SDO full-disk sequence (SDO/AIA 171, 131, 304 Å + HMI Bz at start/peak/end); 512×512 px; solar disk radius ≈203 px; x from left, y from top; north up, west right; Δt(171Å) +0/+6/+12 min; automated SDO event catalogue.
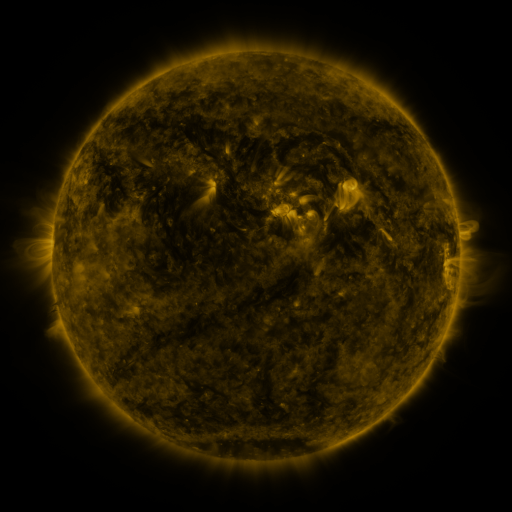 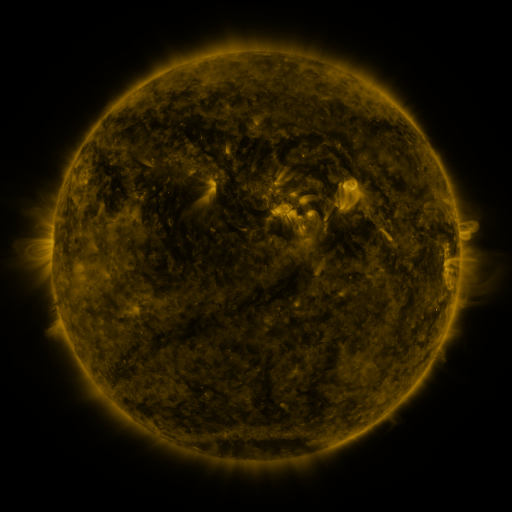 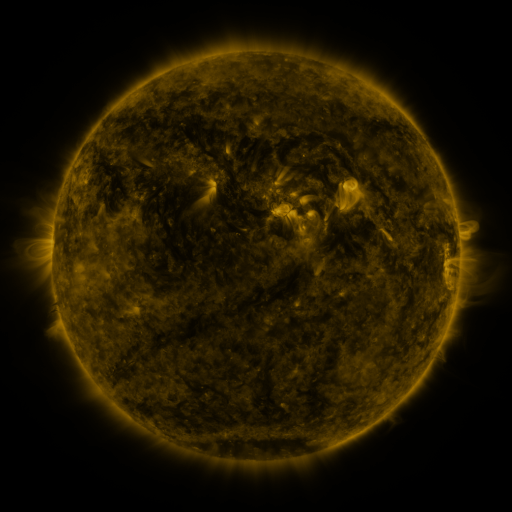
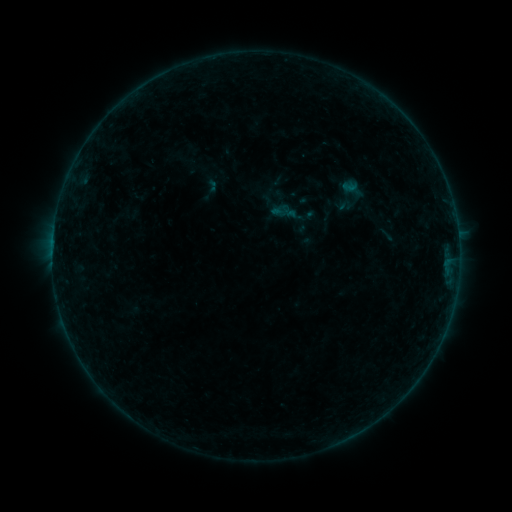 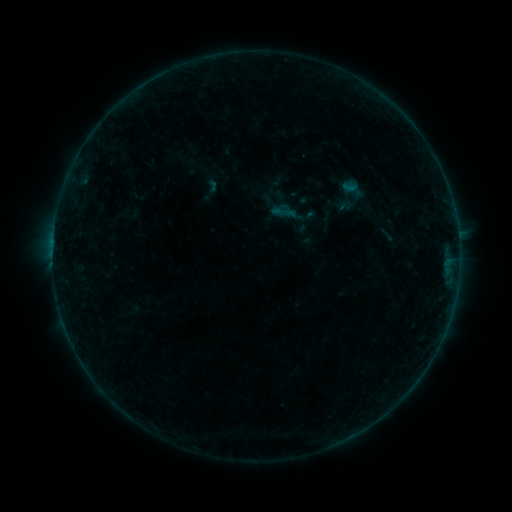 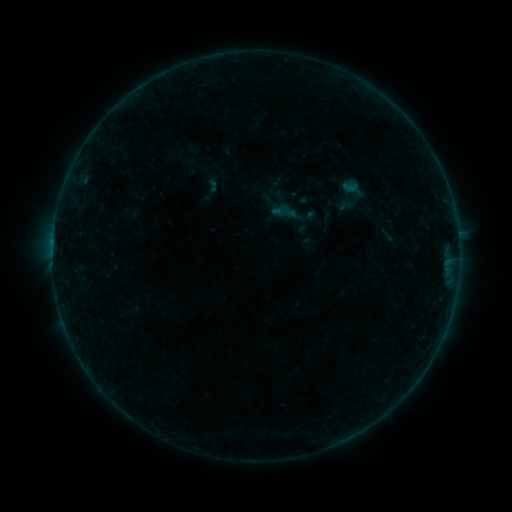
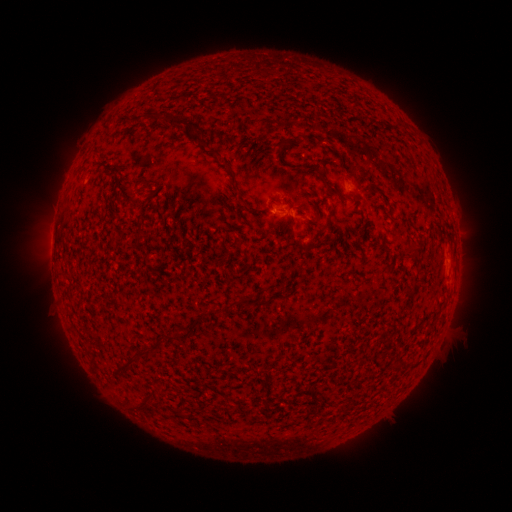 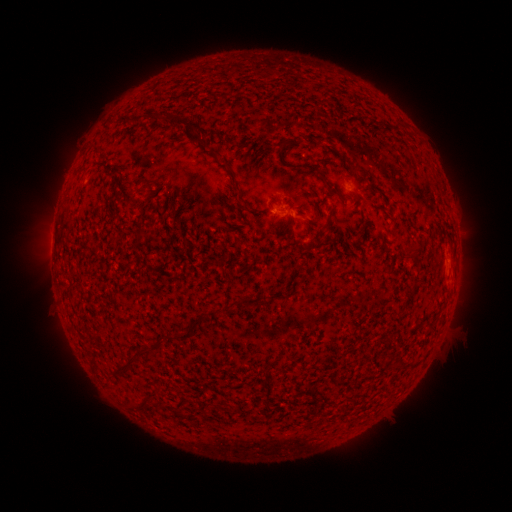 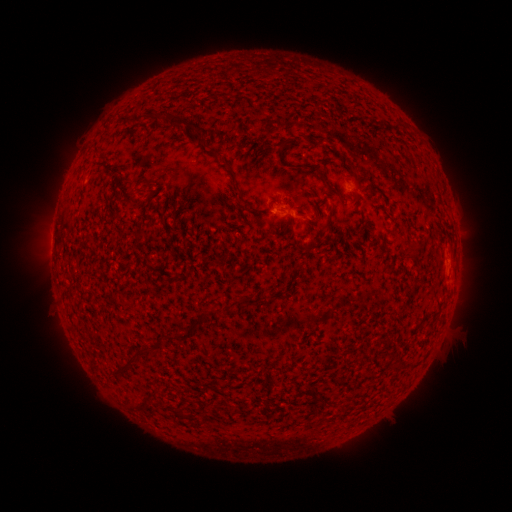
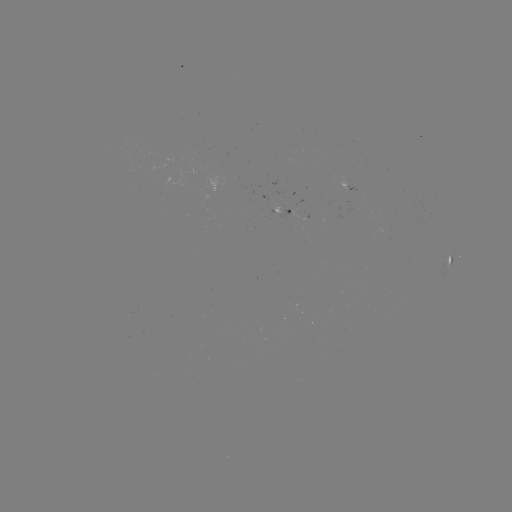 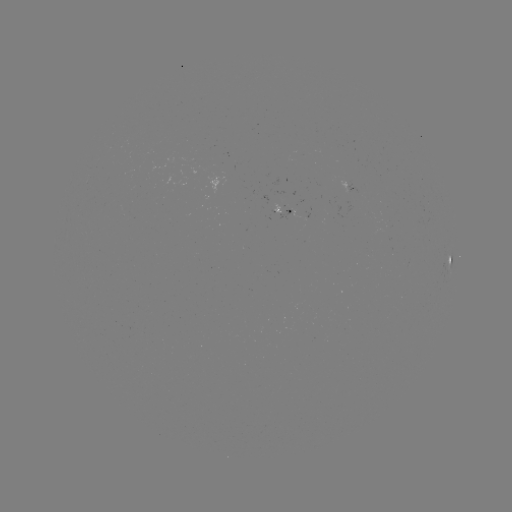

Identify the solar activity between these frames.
nothing was catalogued: no classed flare, no EUV trigger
